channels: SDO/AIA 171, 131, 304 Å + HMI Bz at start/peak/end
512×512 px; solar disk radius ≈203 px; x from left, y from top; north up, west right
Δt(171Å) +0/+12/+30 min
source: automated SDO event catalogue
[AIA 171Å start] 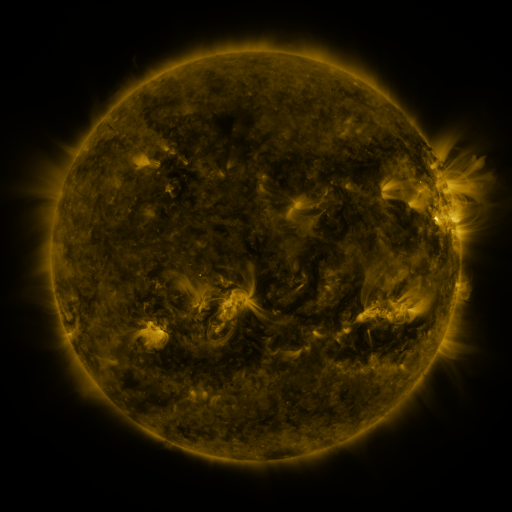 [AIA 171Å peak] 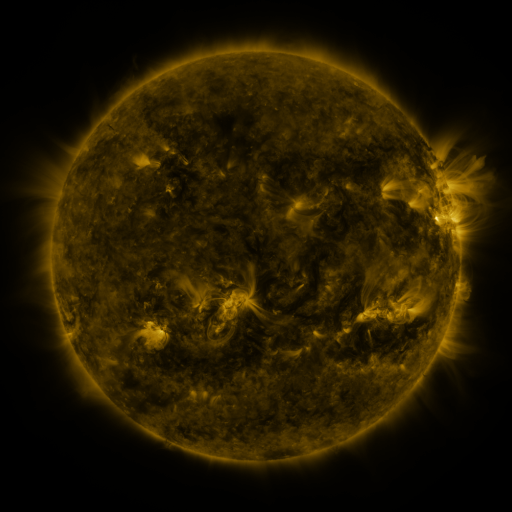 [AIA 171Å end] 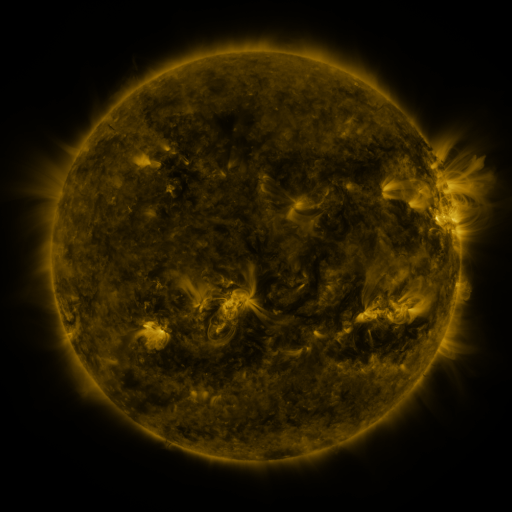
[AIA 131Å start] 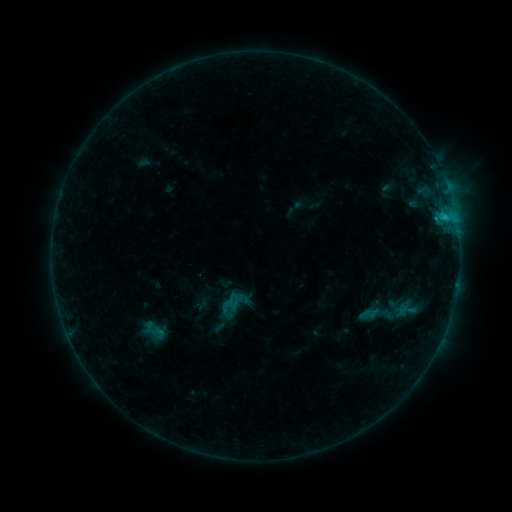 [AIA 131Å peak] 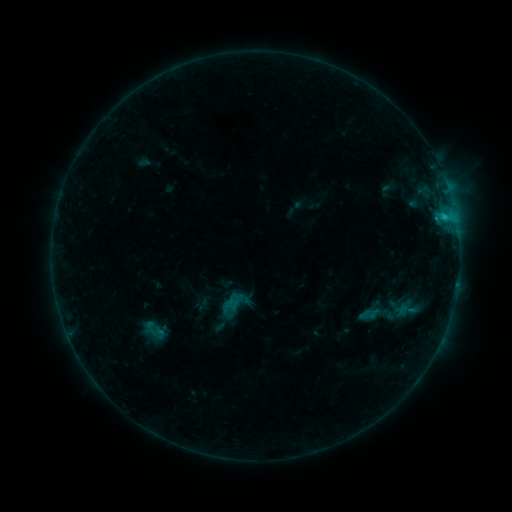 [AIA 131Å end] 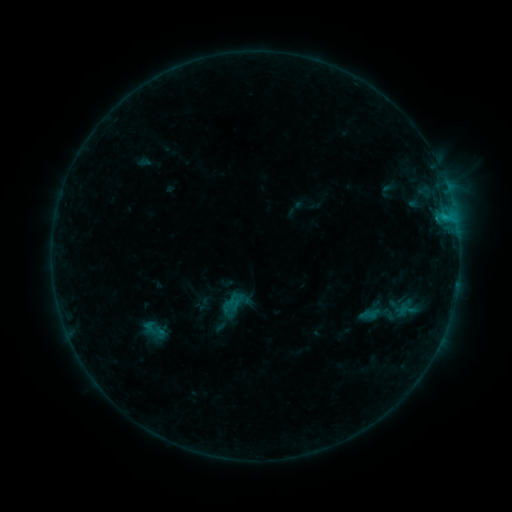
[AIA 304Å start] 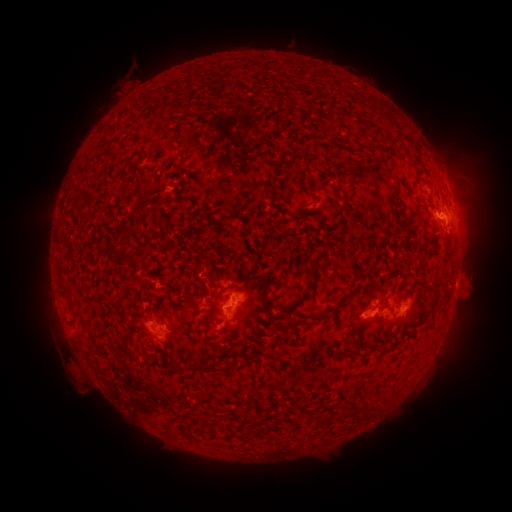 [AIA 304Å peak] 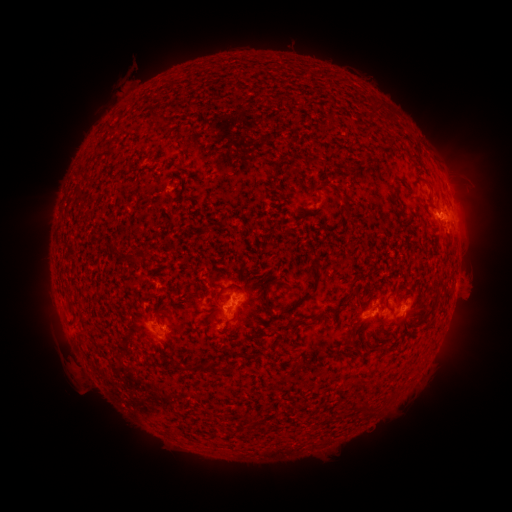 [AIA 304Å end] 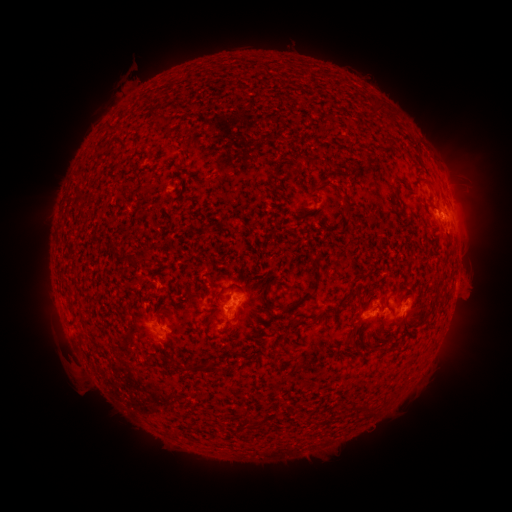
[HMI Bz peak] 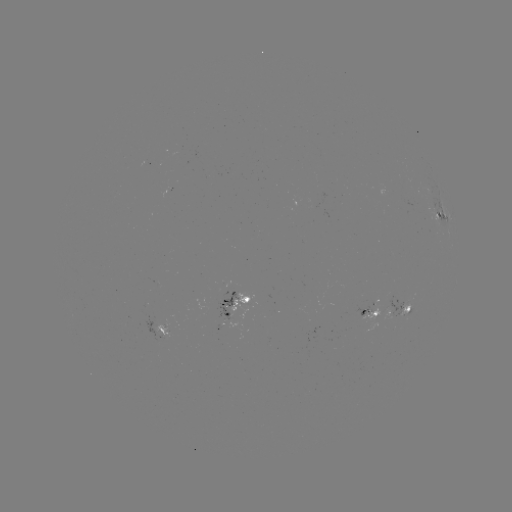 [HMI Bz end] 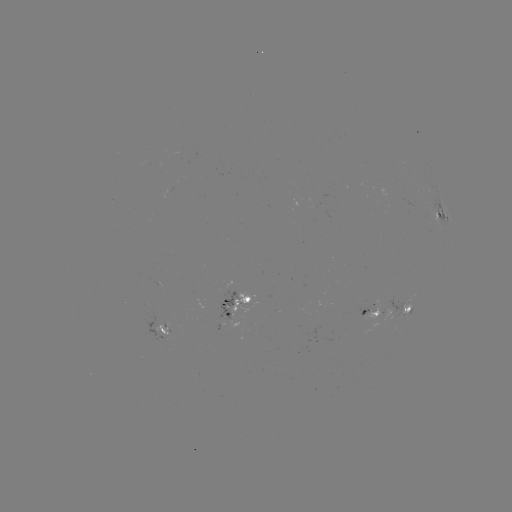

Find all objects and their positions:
B8.3 flare: (443, 217)
